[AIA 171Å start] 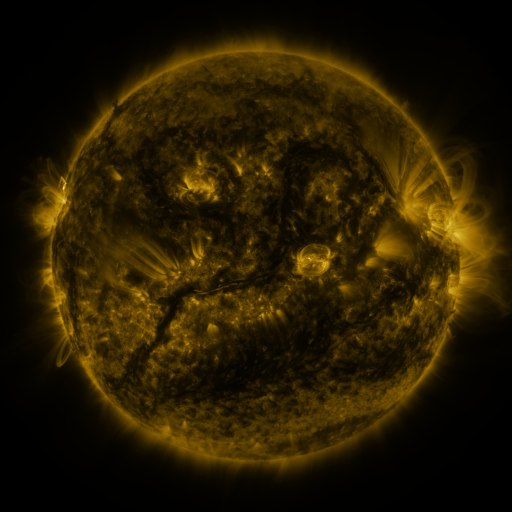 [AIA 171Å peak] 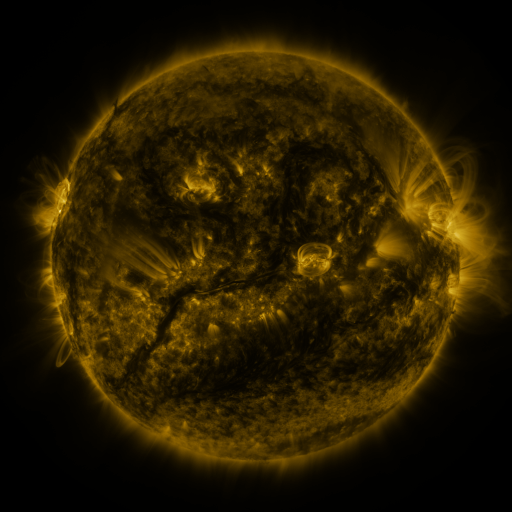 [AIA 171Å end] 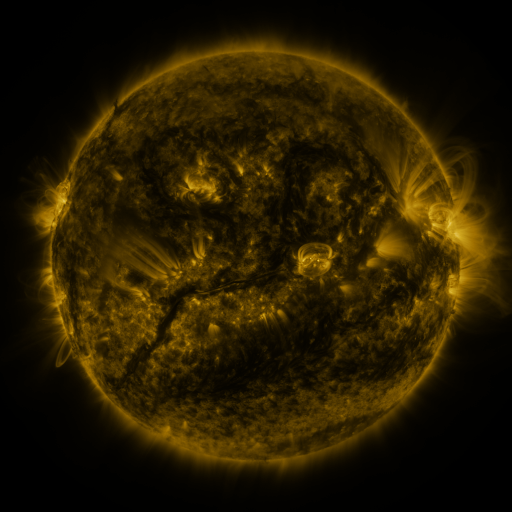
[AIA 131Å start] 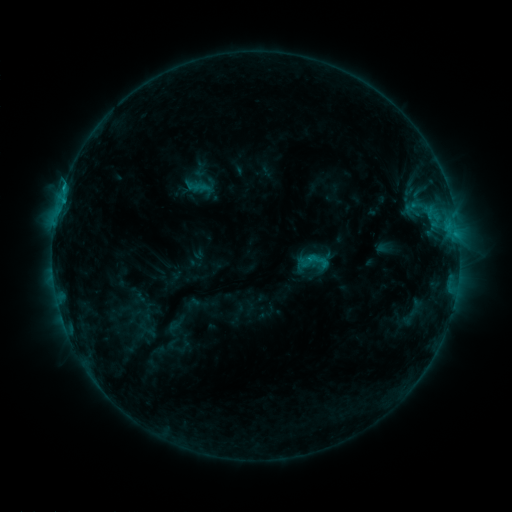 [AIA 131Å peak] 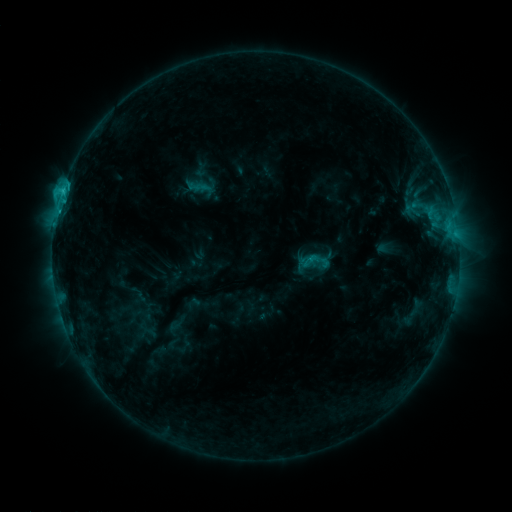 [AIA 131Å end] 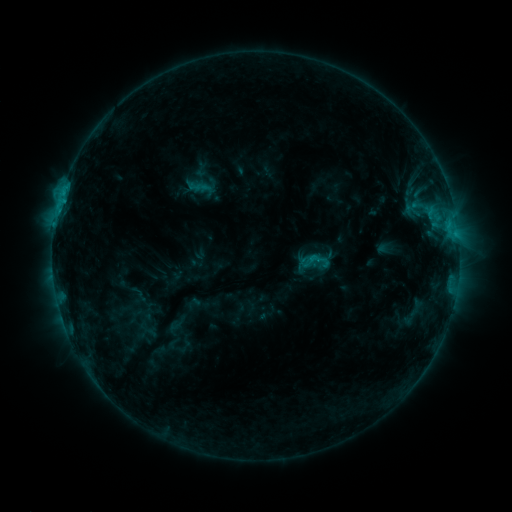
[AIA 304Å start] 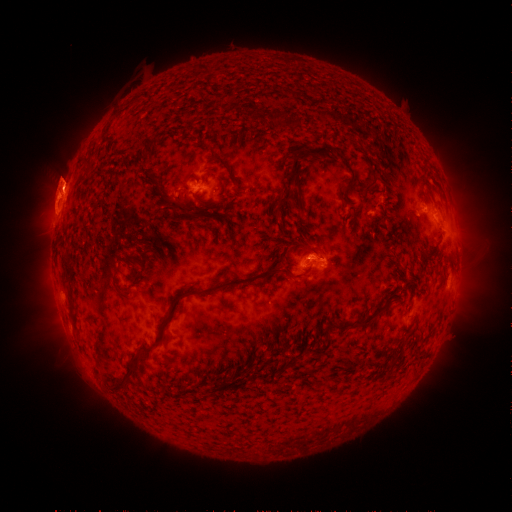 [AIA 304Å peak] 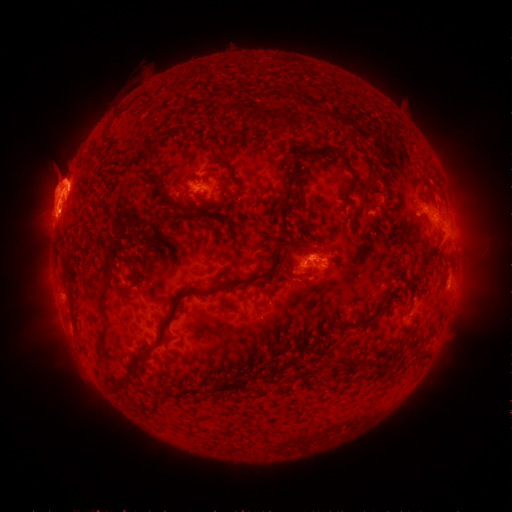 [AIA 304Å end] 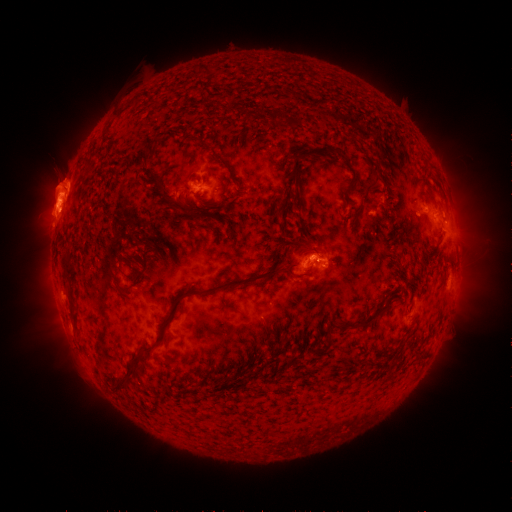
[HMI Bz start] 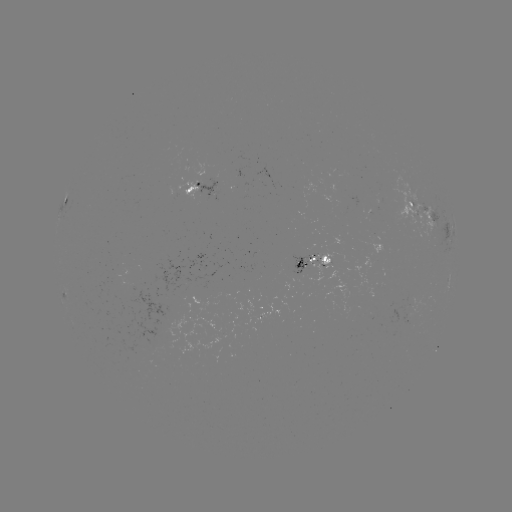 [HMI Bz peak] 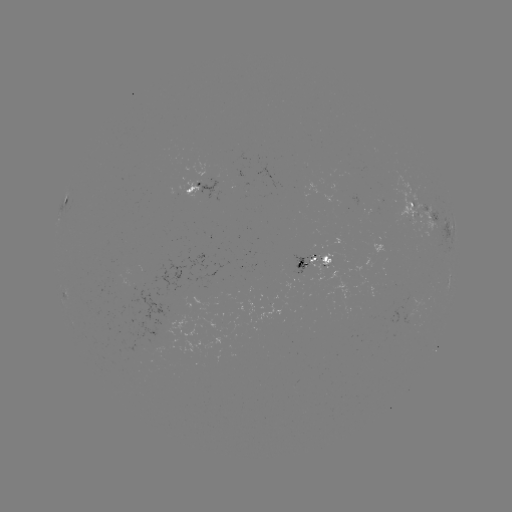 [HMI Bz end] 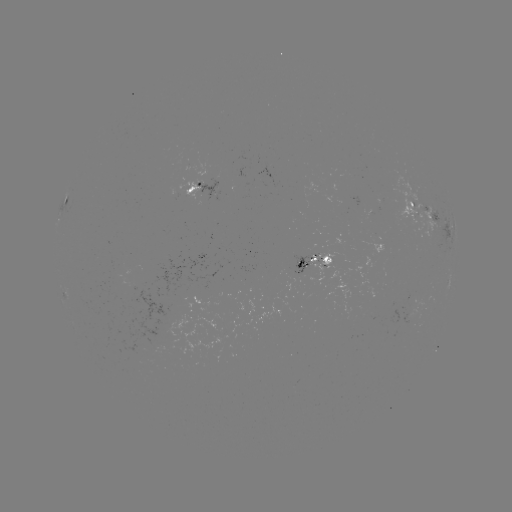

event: flare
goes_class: C1.8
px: (63, 192)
